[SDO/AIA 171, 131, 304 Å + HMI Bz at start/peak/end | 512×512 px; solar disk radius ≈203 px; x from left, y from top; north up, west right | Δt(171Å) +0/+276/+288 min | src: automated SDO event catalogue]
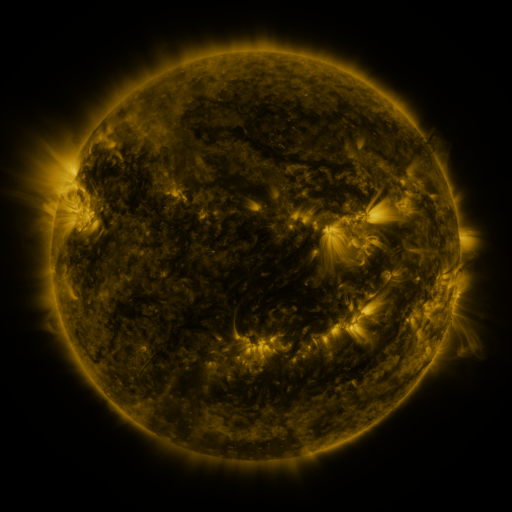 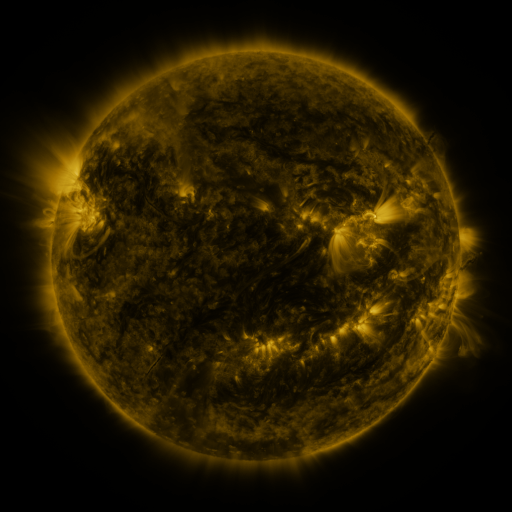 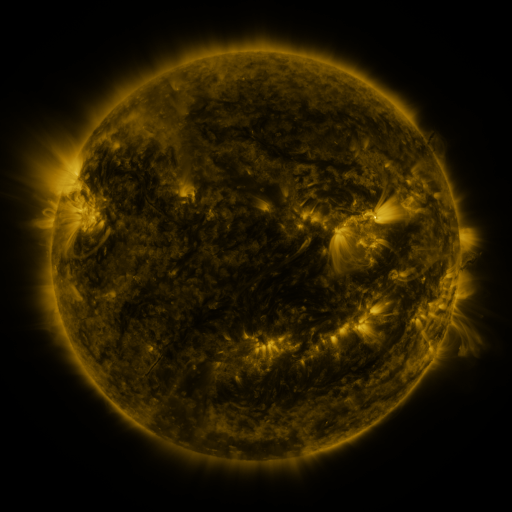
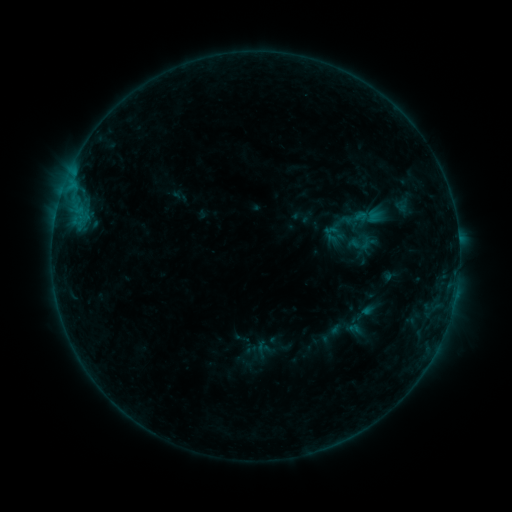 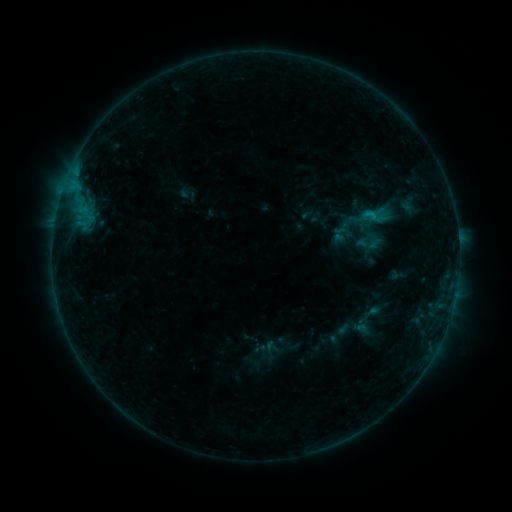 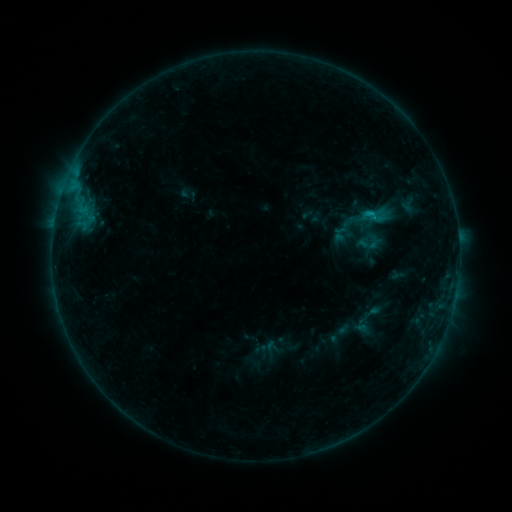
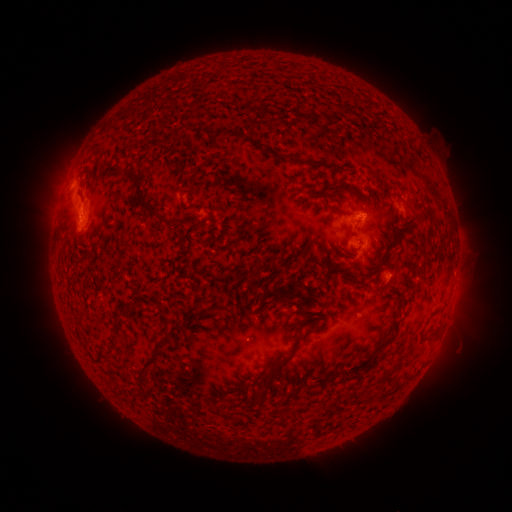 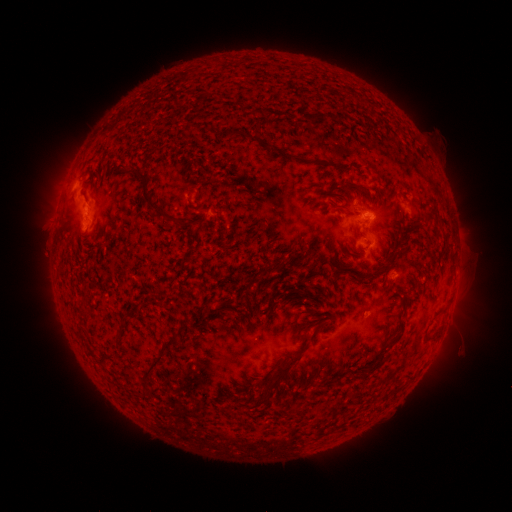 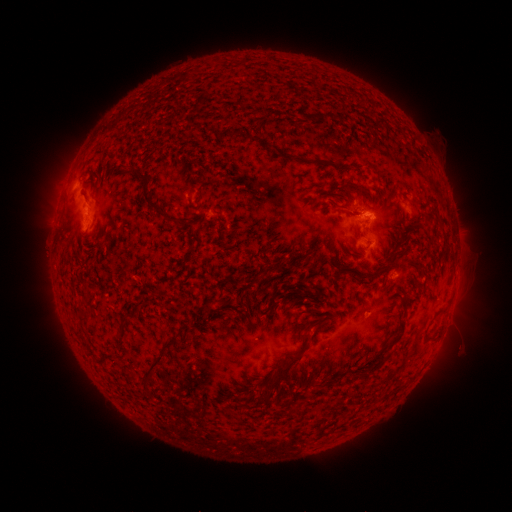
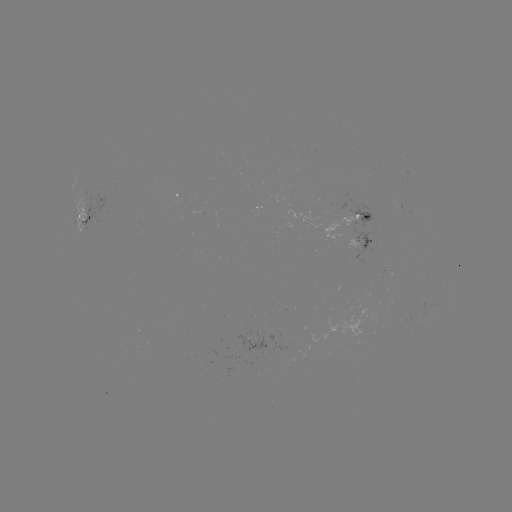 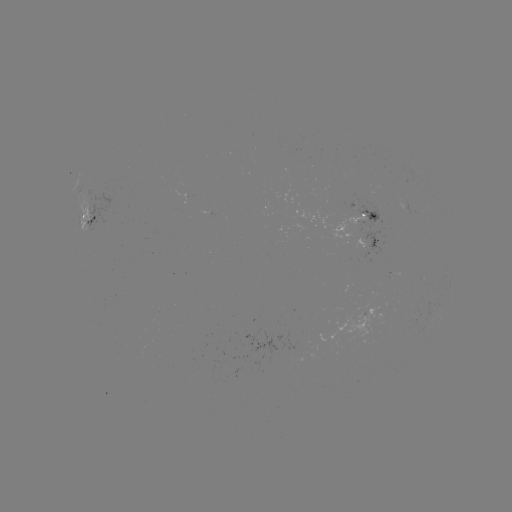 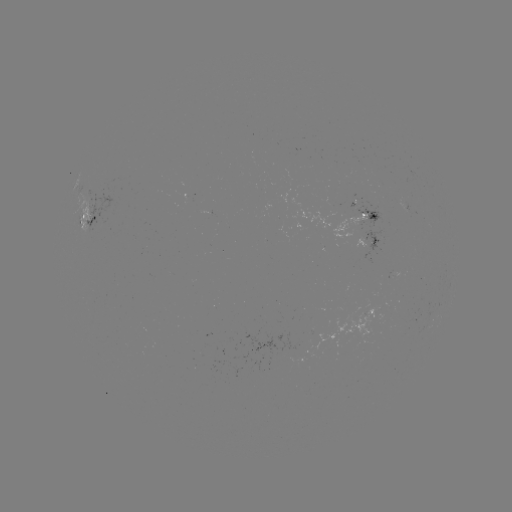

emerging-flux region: <bbox>329, 214, 368, 239</bbox>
